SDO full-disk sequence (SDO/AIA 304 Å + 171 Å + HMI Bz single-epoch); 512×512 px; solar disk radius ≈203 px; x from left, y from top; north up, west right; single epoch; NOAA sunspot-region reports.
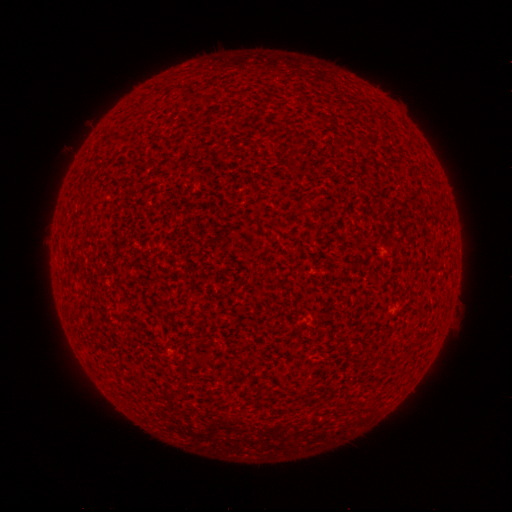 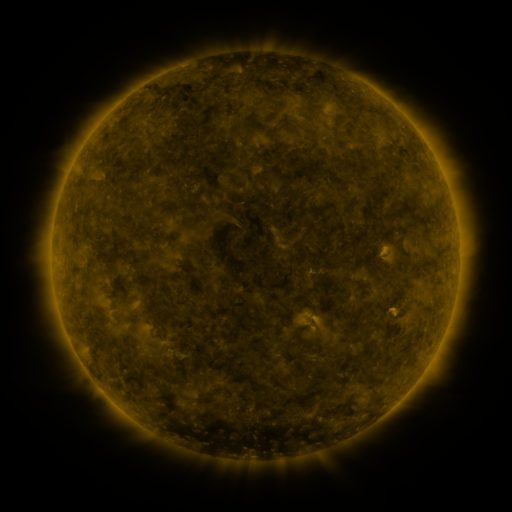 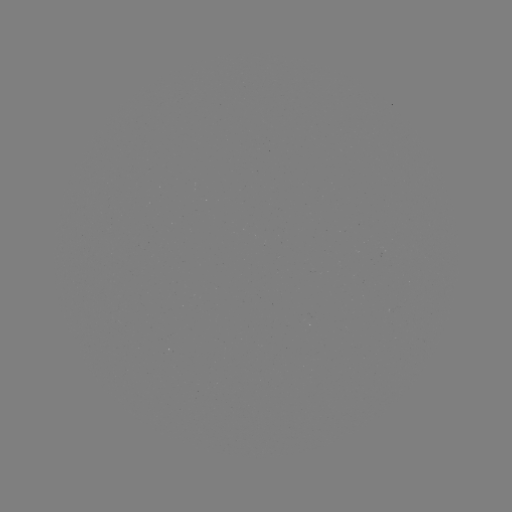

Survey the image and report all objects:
(none)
